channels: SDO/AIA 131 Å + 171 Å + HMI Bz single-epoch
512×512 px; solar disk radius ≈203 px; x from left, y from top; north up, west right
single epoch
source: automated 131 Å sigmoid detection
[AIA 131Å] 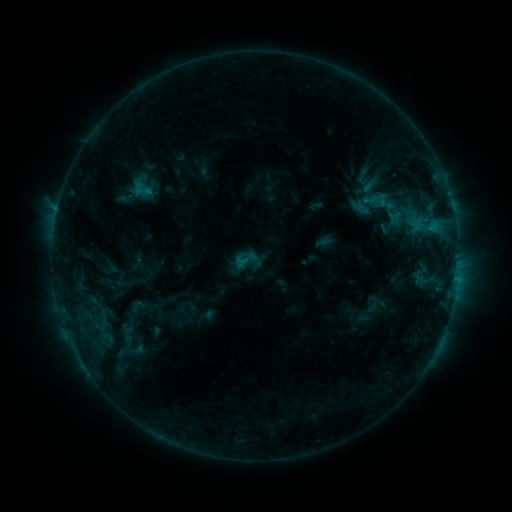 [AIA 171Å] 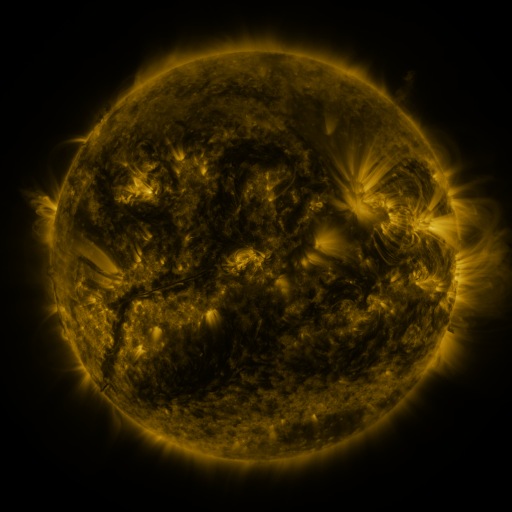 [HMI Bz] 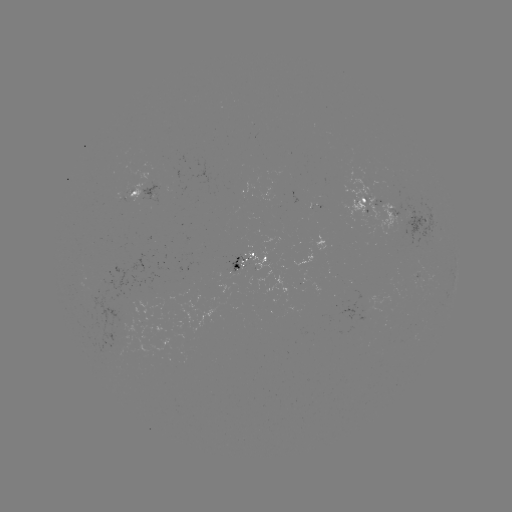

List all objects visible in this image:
sigmoid: [351, 166, 375, 187]
sigmoid: [231, 245, 260, 273]
